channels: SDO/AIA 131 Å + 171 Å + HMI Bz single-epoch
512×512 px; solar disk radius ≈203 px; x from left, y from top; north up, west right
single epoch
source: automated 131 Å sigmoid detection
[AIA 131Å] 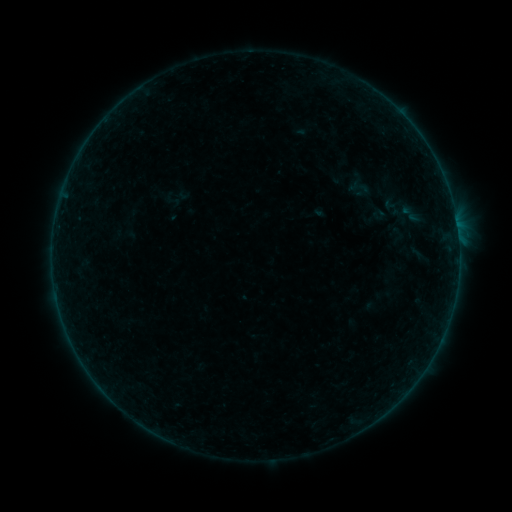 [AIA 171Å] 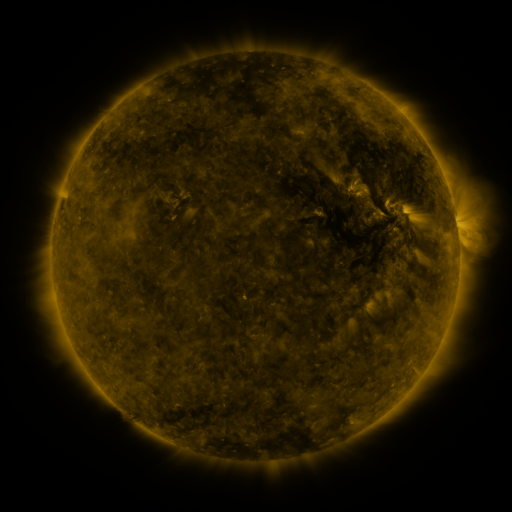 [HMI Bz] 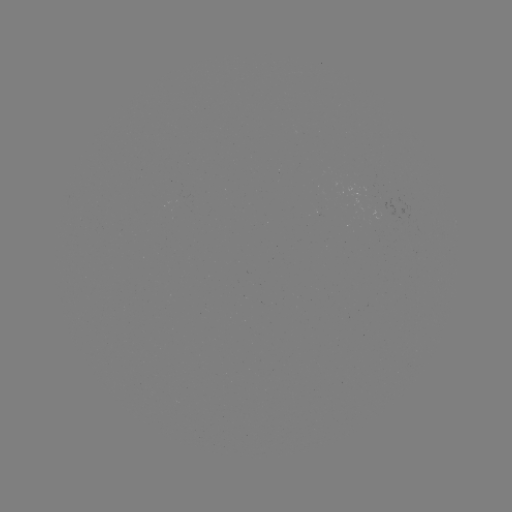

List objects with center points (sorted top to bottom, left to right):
sigmoid: (398, 233)
